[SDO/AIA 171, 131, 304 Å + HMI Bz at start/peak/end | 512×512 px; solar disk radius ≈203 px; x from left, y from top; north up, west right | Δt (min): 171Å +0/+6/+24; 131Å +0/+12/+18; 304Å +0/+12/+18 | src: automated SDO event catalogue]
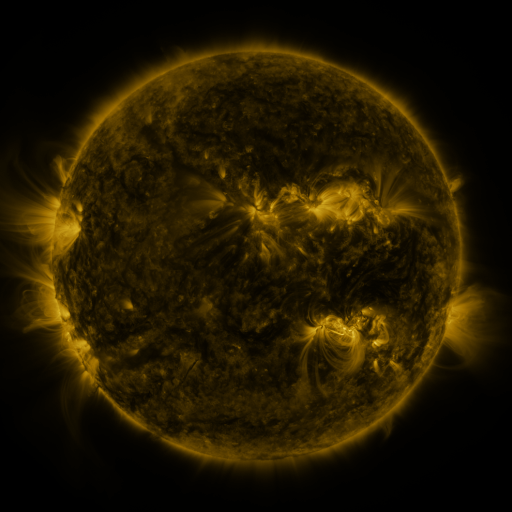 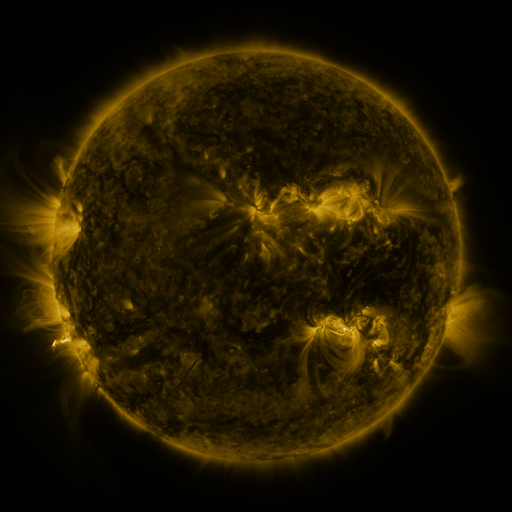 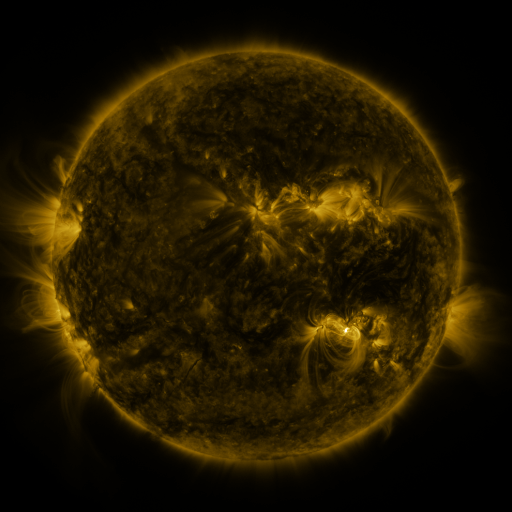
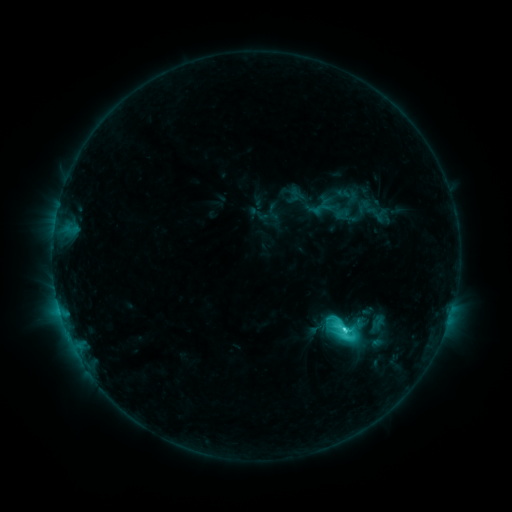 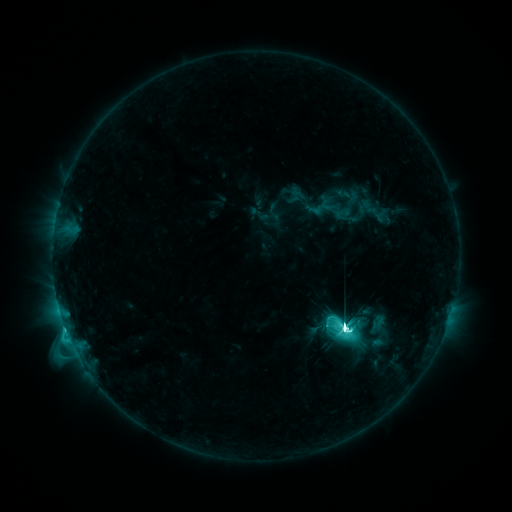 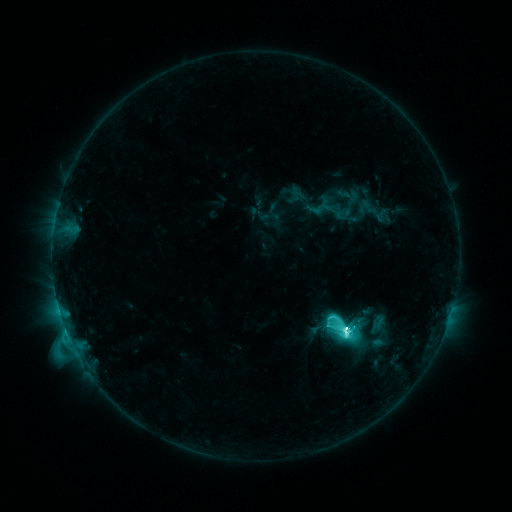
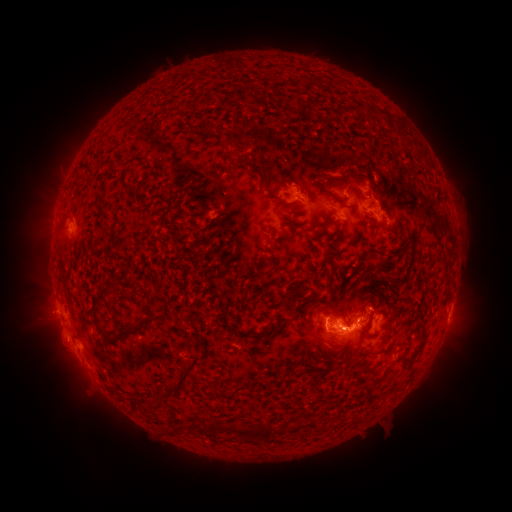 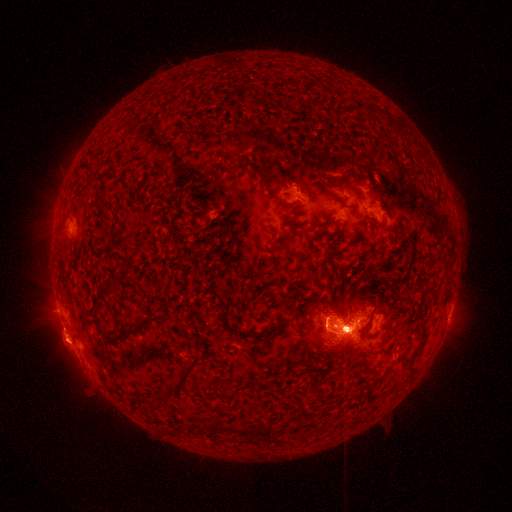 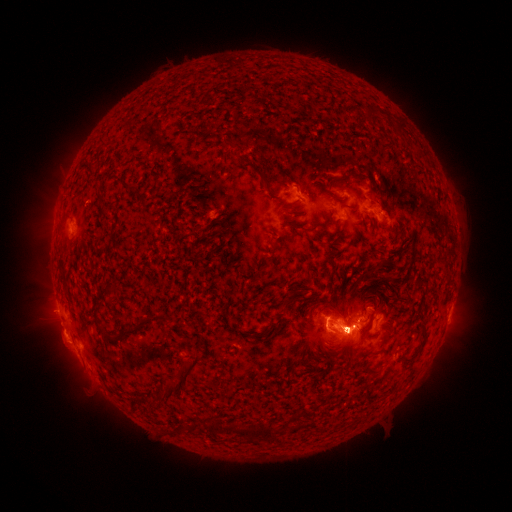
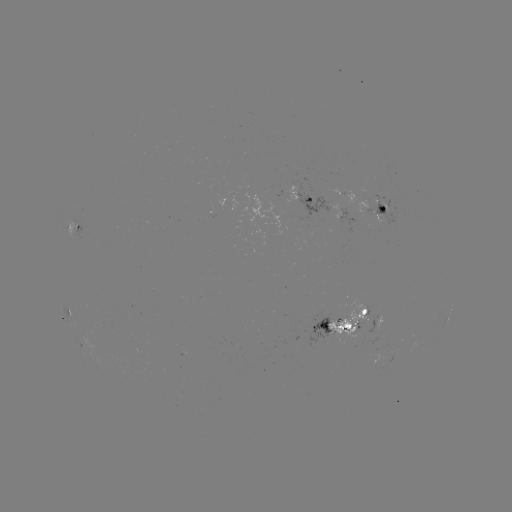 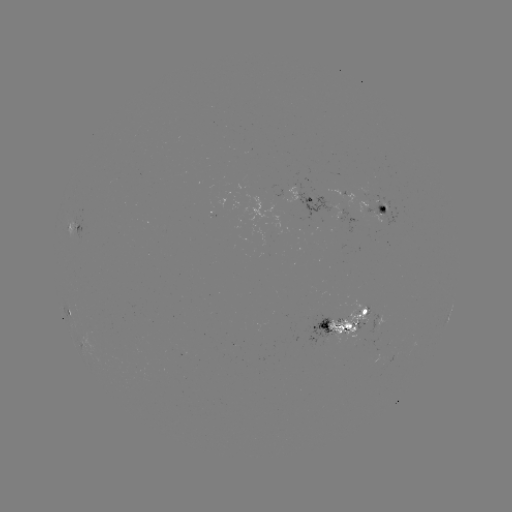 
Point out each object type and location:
M4.7 flare: (350, 328)
